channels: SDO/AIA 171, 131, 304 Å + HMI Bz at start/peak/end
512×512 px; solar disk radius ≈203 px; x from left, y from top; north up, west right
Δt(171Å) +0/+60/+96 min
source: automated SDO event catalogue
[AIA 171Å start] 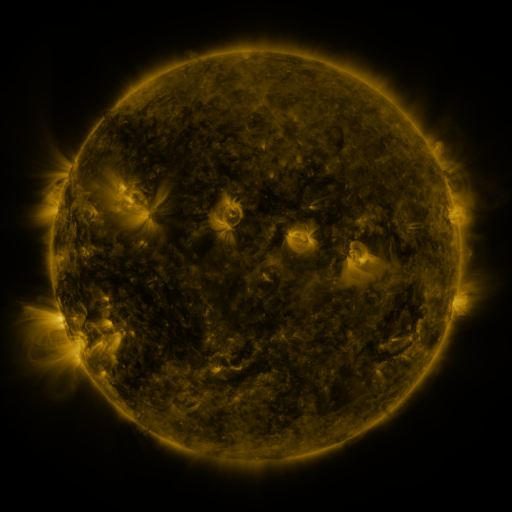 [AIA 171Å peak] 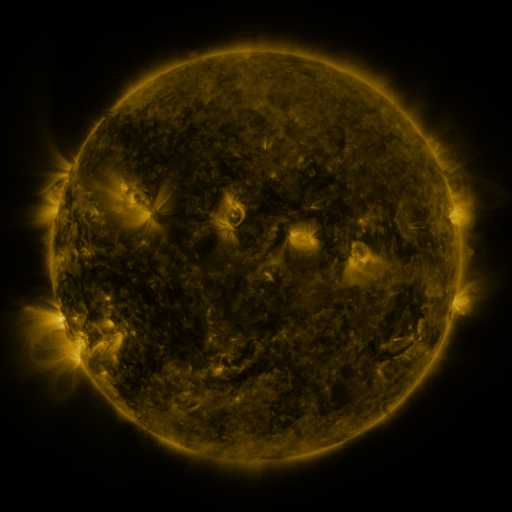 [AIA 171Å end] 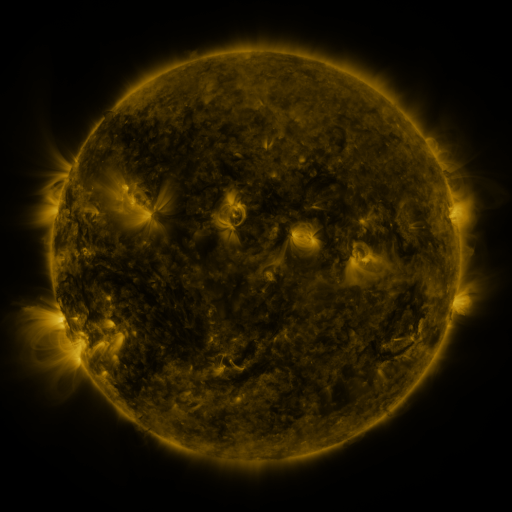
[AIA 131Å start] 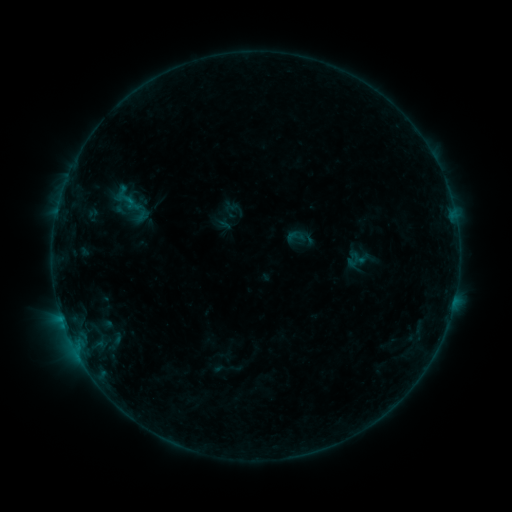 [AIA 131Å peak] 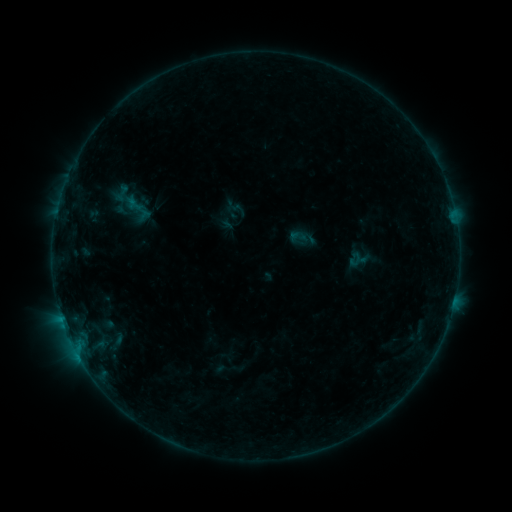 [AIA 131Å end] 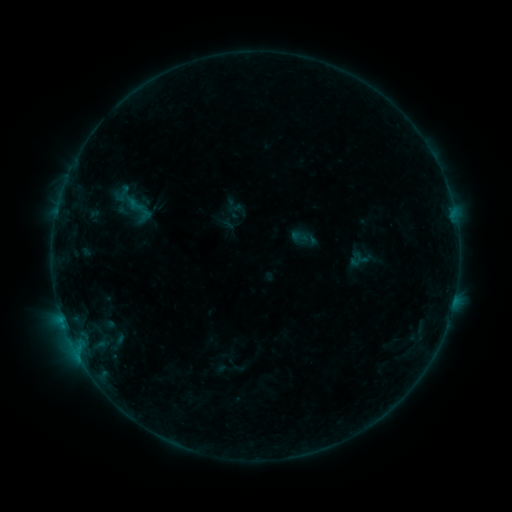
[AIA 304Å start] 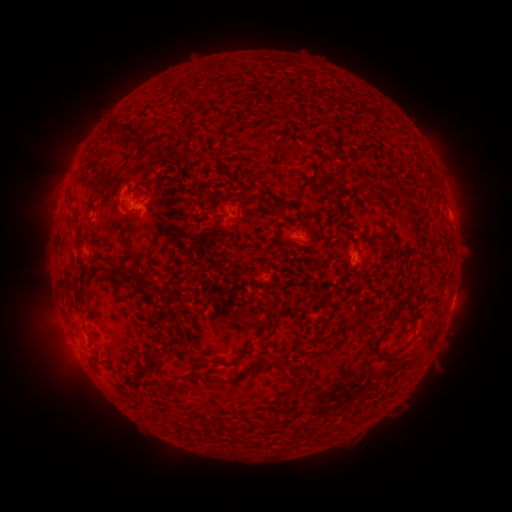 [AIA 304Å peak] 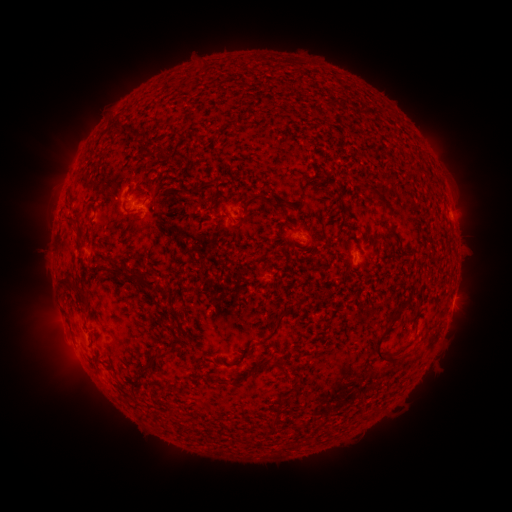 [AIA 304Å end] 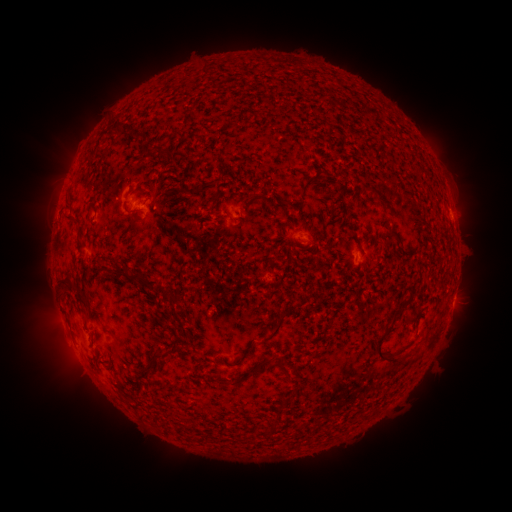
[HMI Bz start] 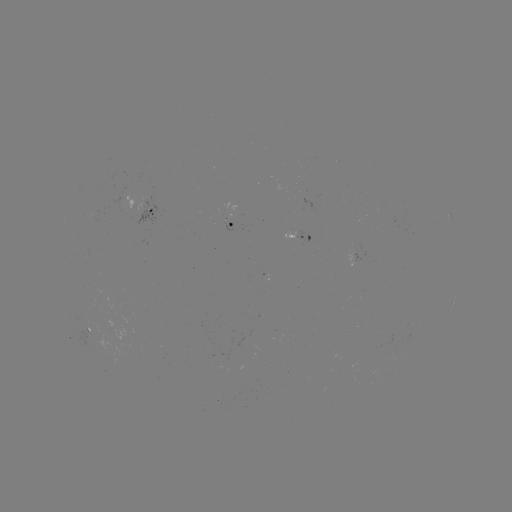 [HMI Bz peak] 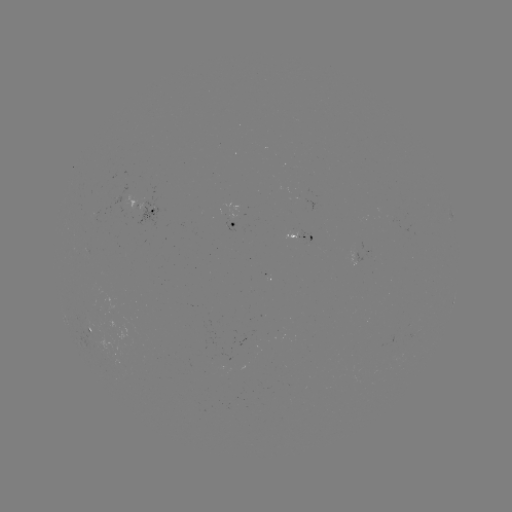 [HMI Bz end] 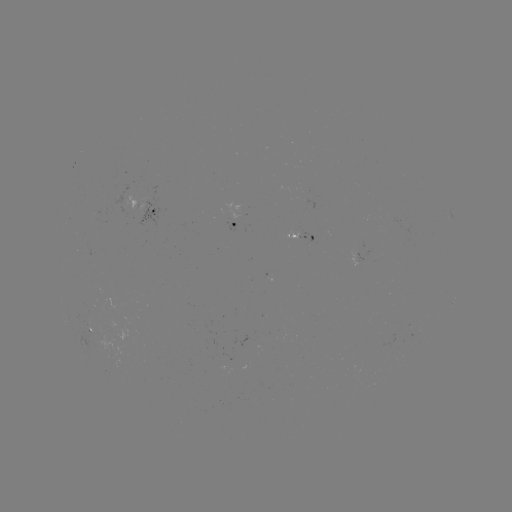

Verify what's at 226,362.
emerging-flux region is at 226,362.